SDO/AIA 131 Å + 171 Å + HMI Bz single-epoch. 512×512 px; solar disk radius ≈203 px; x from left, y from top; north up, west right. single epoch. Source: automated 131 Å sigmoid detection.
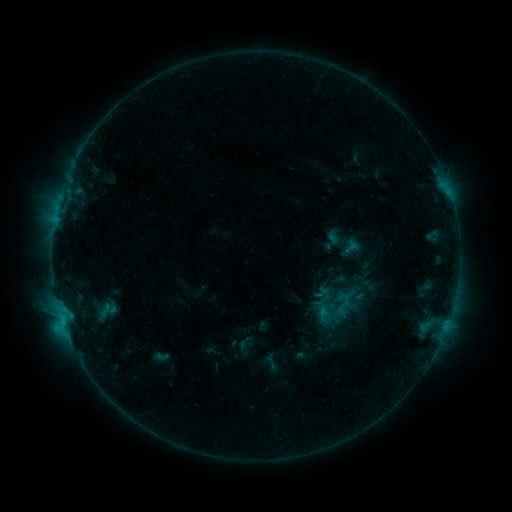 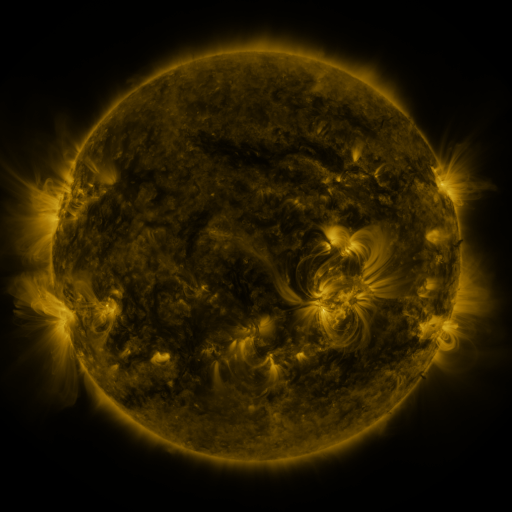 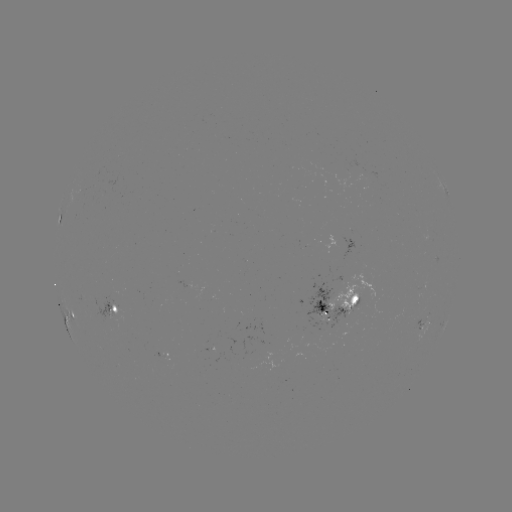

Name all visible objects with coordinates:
sigmoid: (339, 304)
